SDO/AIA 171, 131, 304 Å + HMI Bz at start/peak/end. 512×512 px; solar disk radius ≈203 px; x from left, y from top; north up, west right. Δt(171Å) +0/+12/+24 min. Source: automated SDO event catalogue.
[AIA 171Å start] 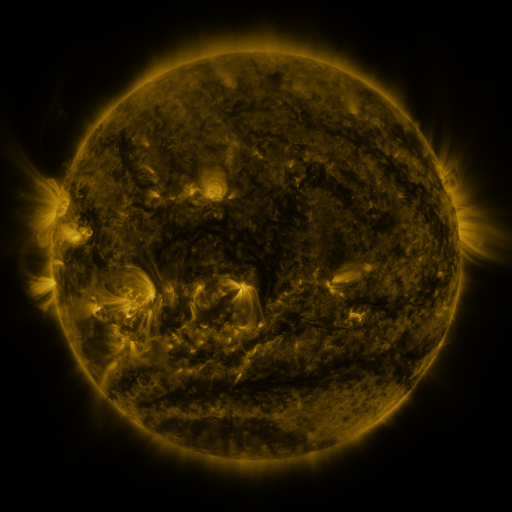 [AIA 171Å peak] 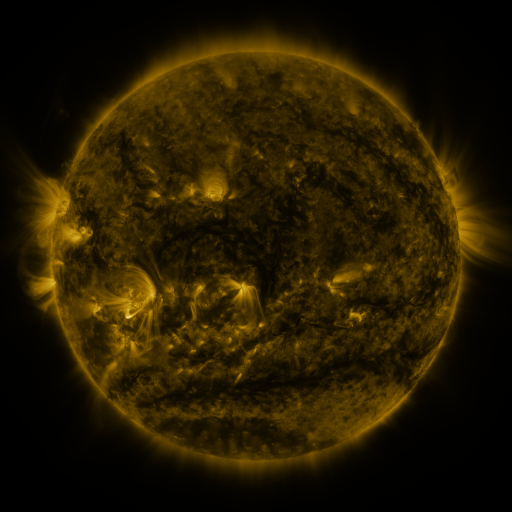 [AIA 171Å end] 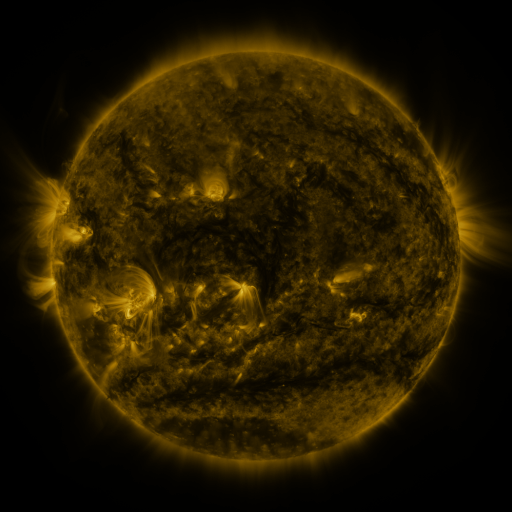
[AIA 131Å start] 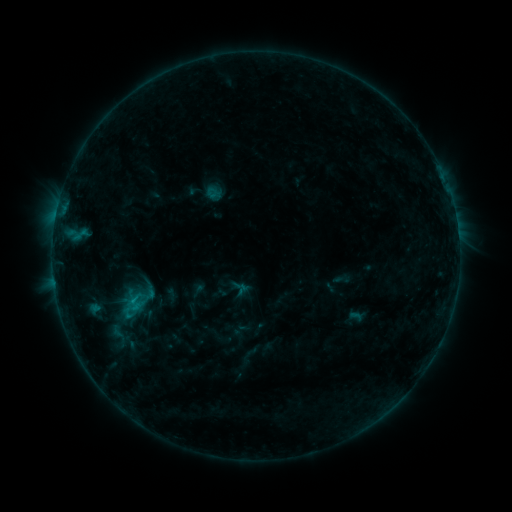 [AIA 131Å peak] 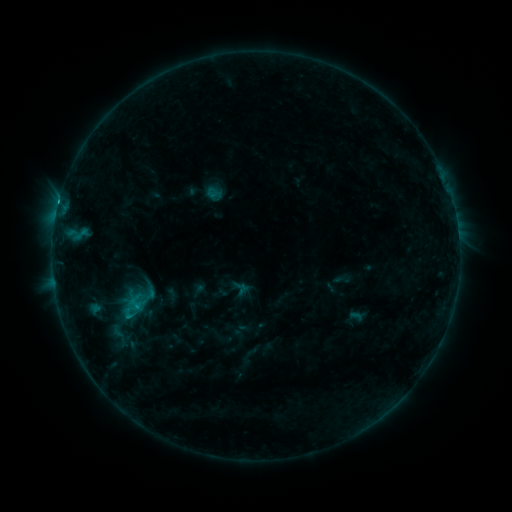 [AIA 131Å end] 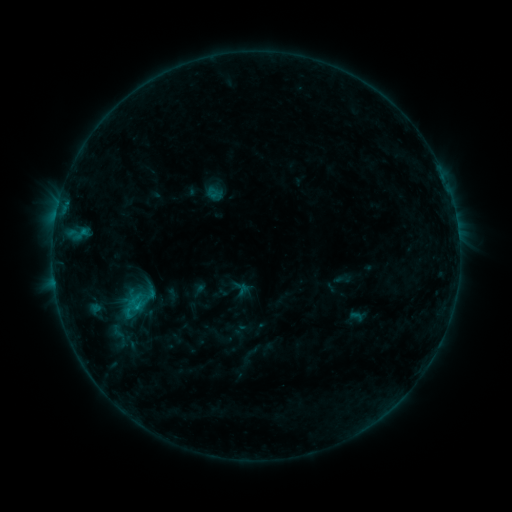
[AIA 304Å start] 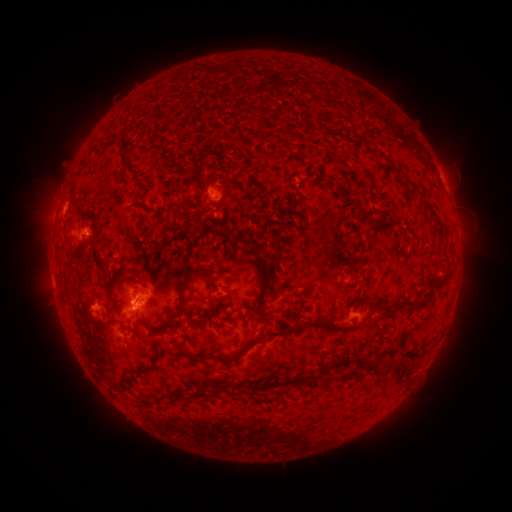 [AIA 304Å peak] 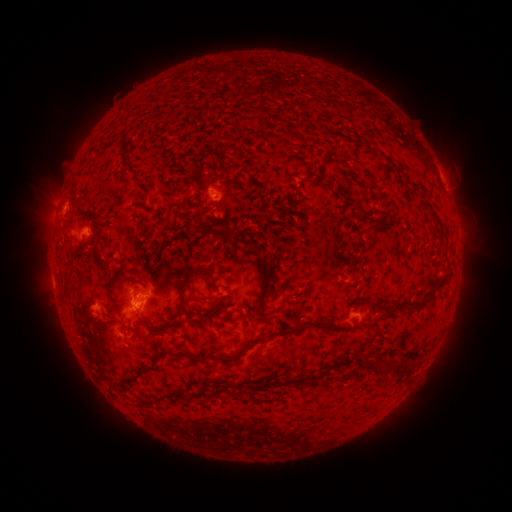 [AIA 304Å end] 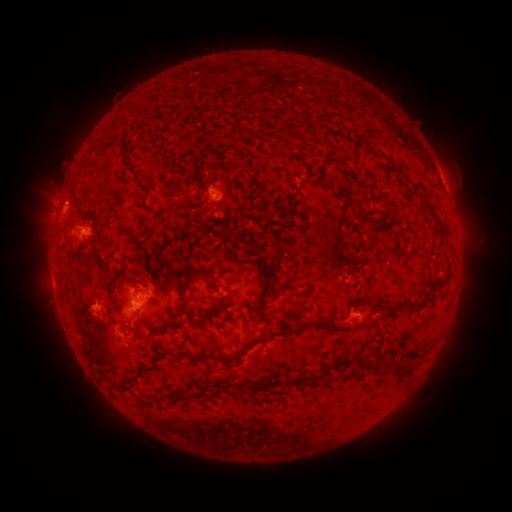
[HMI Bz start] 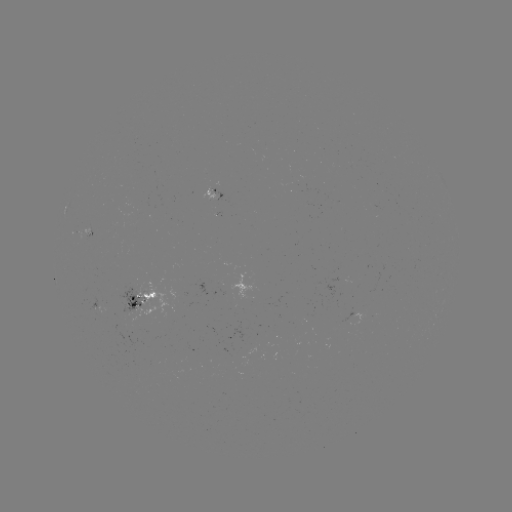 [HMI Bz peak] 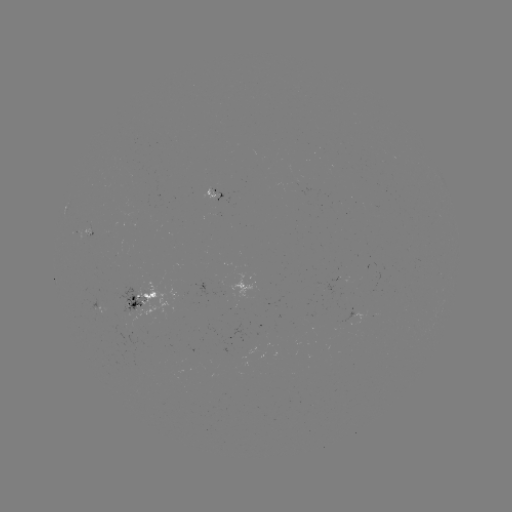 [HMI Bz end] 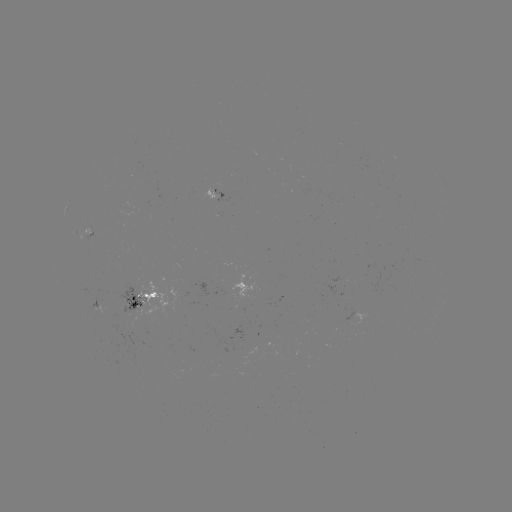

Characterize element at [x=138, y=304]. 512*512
C3.0 flare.